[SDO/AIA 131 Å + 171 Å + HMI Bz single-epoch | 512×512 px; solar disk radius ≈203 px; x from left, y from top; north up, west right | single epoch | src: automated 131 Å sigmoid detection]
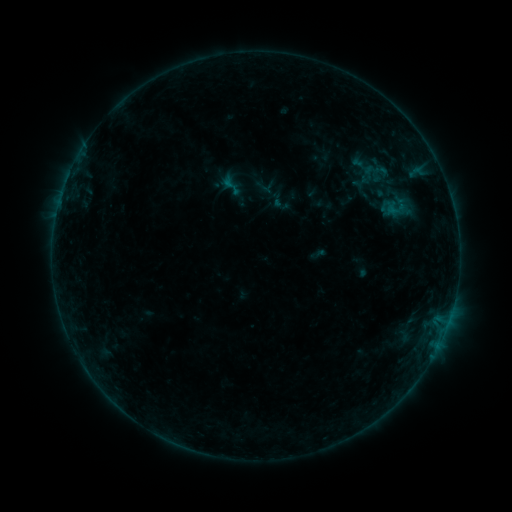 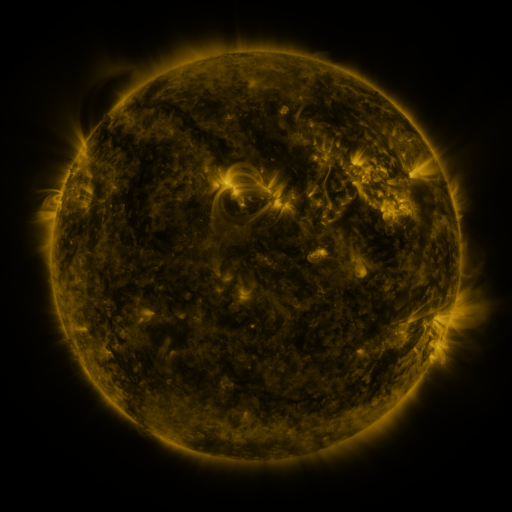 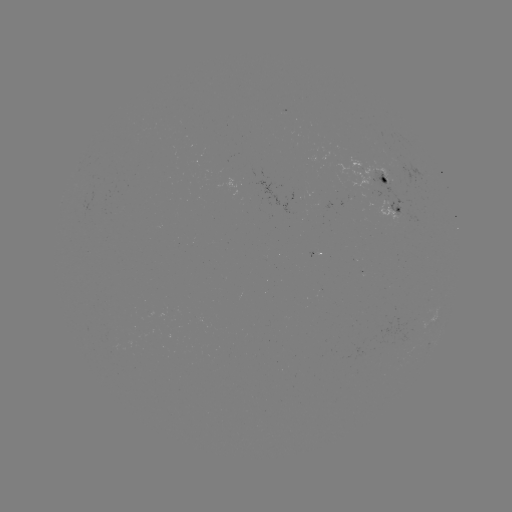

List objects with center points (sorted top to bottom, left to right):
sigmoid: (280, 201)
sigmoid: (396, 208)
